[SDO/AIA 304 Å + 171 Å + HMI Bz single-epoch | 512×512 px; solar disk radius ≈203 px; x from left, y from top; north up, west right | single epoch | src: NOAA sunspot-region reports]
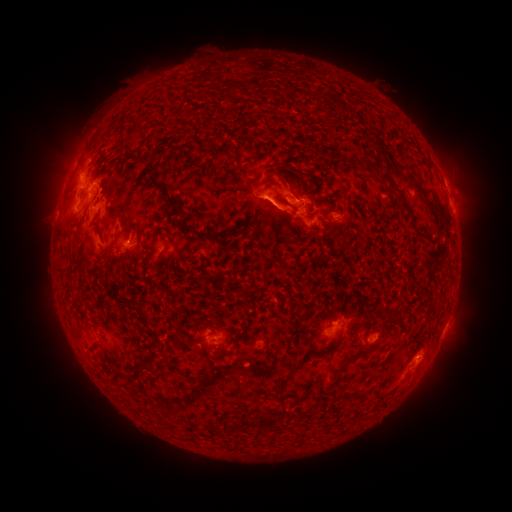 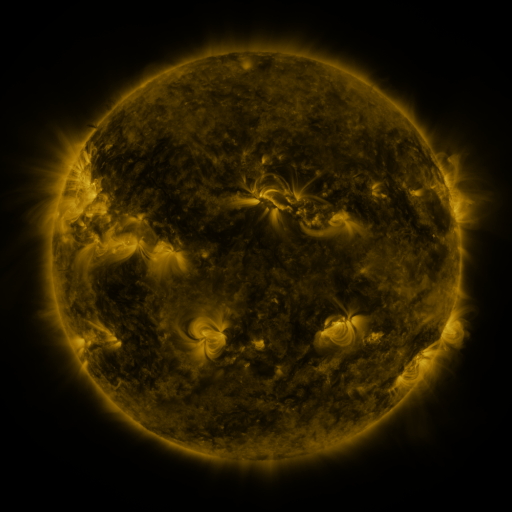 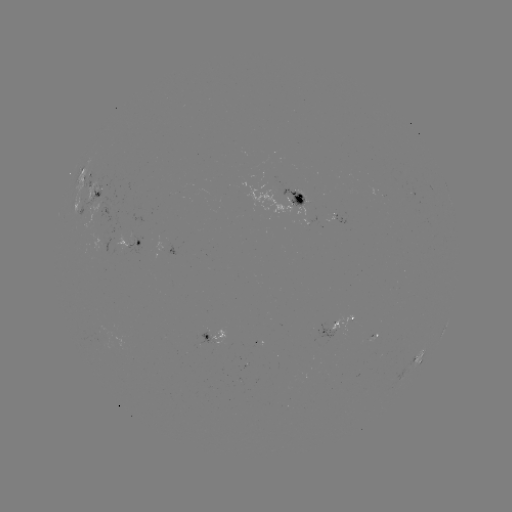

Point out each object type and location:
spotted active region: (85, 172)
spotted active region: (94, 196)
spotted active region: (282, 200)
spotted active region: (338, 219)
spotted active region: (131, 244)
spotted active region: (339, 327)
spotted active region: (212, 342)
spotted active region: (424, 356)
